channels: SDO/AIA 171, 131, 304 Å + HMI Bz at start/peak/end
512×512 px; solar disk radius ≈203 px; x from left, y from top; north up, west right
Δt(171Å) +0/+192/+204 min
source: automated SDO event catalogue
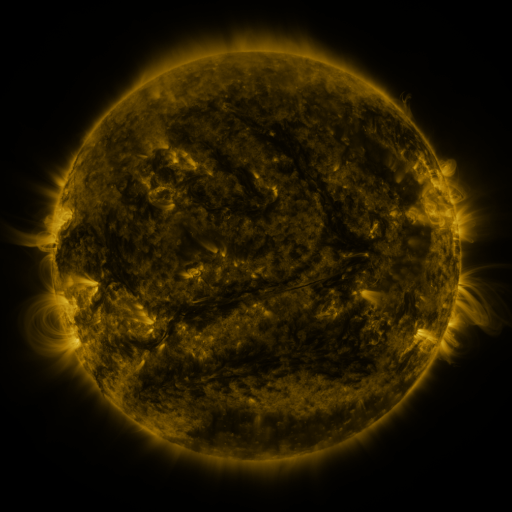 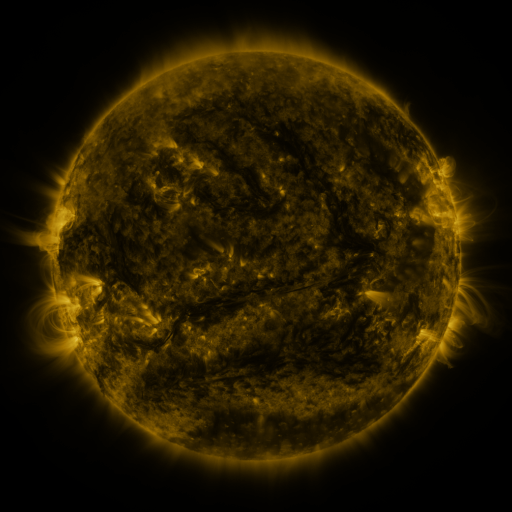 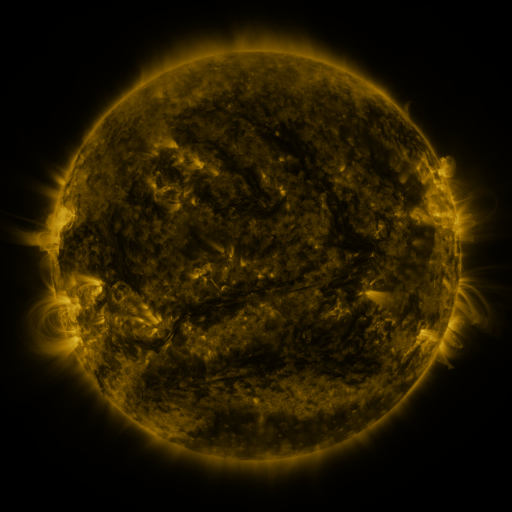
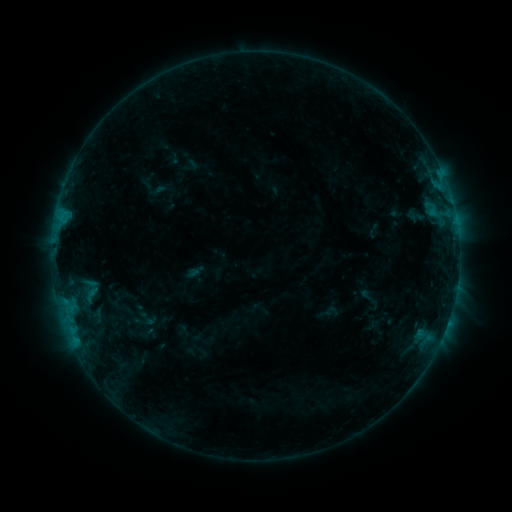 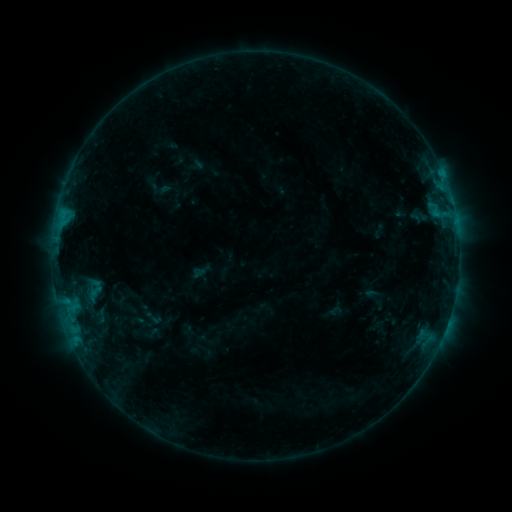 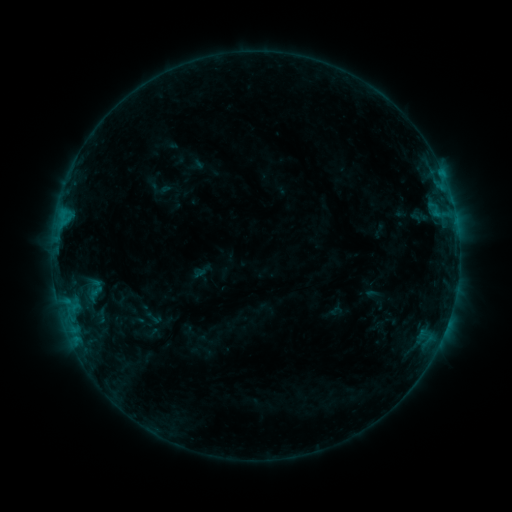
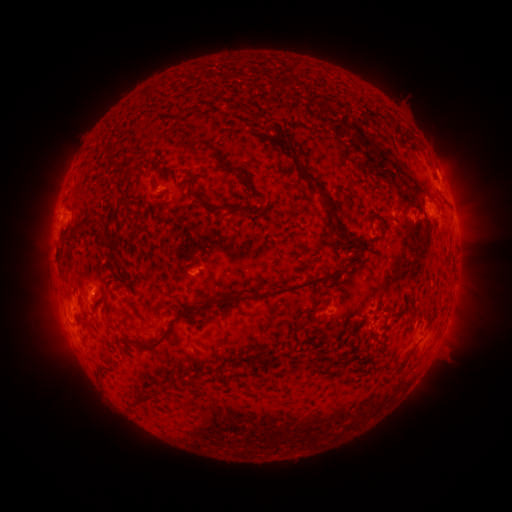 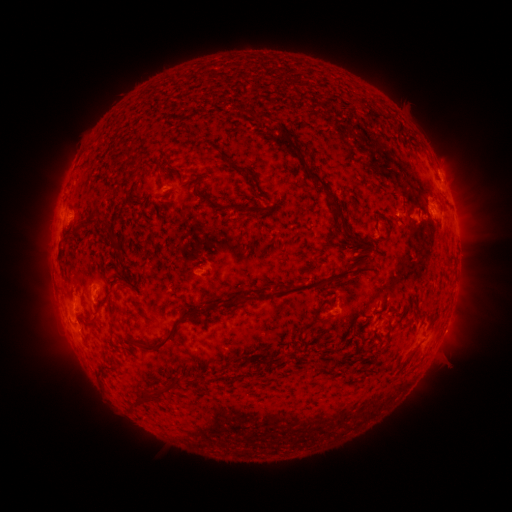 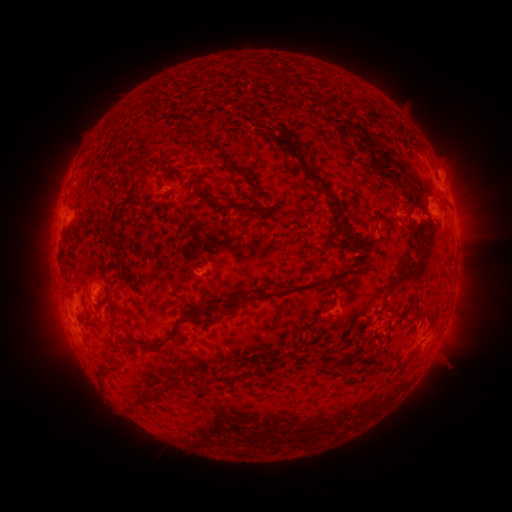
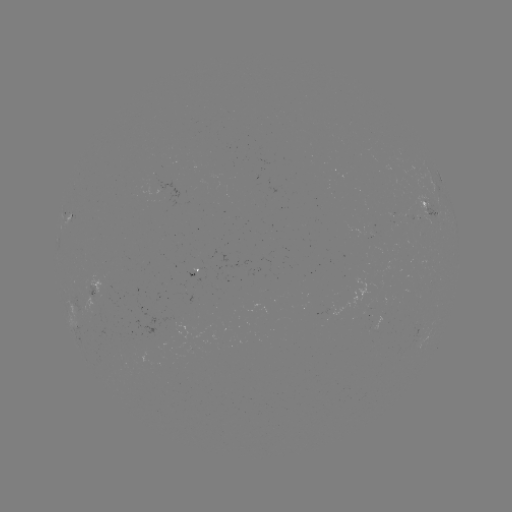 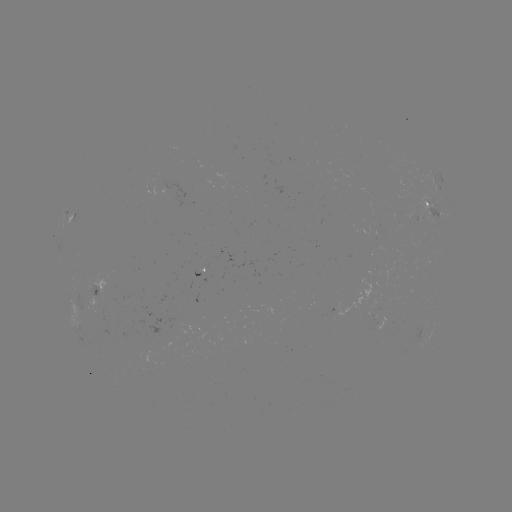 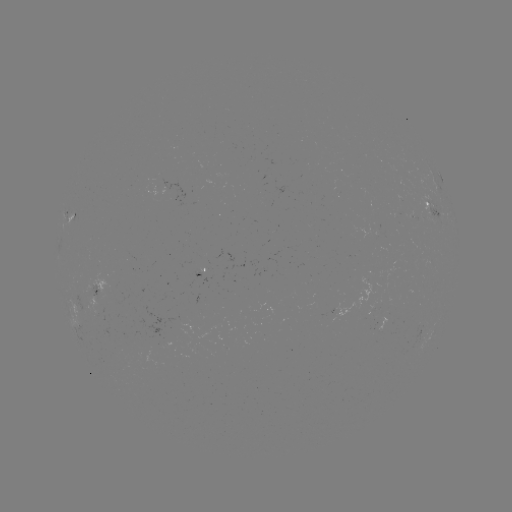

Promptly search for emerging-flux region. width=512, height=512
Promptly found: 92,288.